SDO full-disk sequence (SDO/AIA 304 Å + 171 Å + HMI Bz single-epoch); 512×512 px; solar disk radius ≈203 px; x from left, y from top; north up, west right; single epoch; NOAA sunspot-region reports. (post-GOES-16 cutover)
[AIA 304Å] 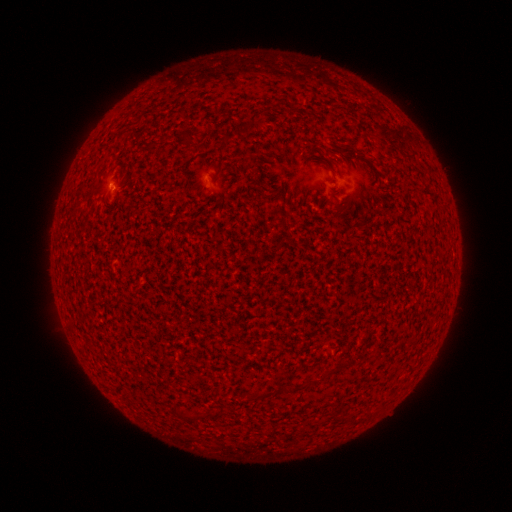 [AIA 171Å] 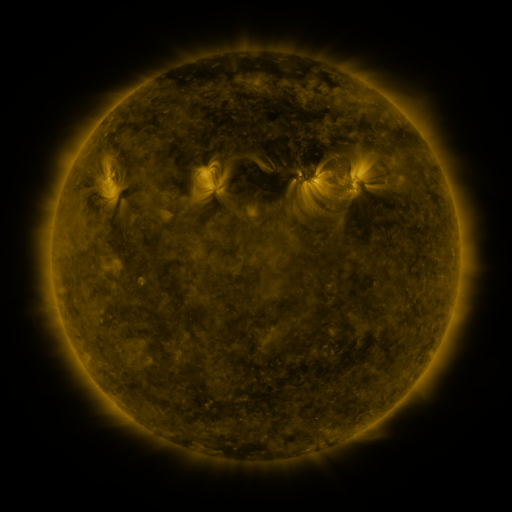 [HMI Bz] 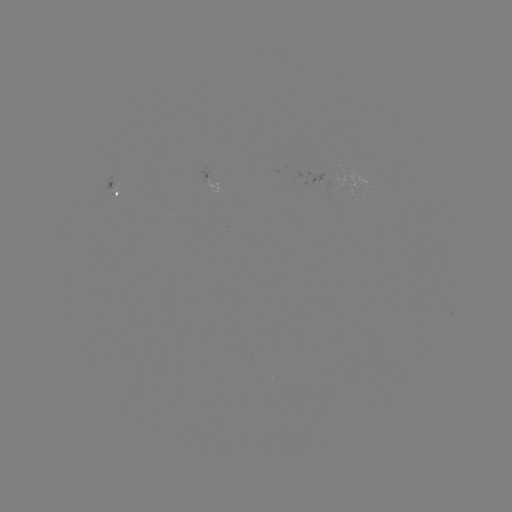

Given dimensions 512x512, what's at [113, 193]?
spotted active region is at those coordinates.